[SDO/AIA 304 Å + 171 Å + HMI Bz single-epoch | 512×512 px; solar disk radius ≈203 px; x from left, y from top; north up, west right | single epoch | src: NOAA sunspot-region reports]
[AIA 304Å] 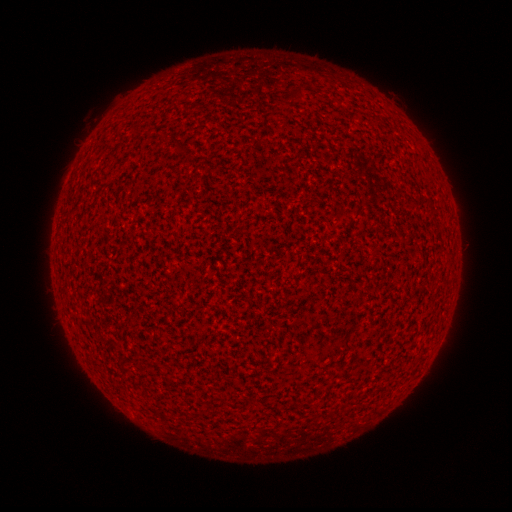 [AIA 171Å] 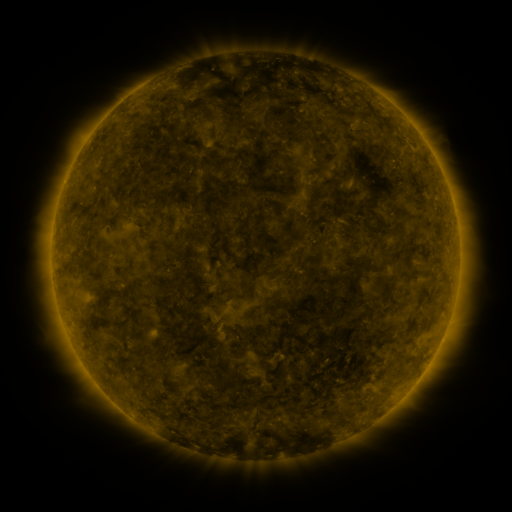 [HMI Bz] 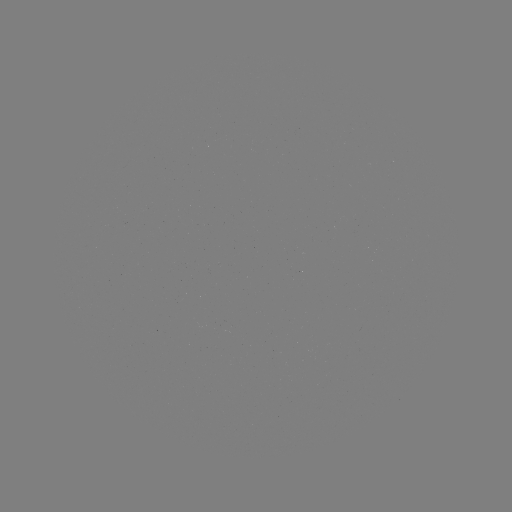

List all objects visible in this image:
(none)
